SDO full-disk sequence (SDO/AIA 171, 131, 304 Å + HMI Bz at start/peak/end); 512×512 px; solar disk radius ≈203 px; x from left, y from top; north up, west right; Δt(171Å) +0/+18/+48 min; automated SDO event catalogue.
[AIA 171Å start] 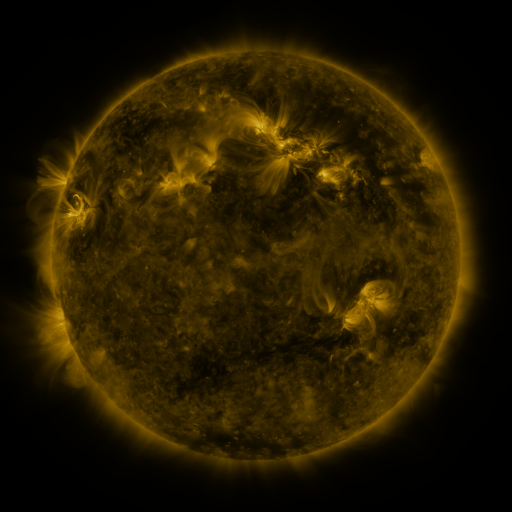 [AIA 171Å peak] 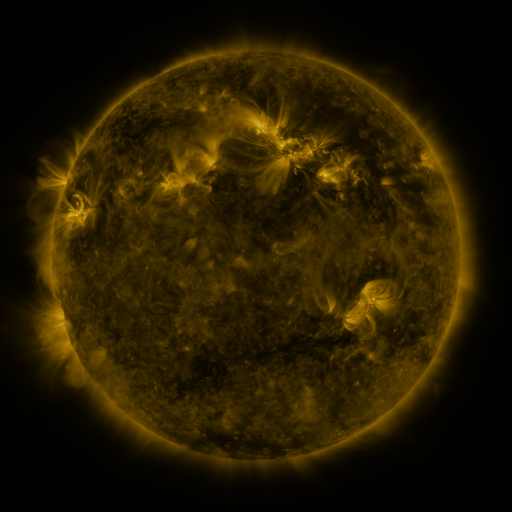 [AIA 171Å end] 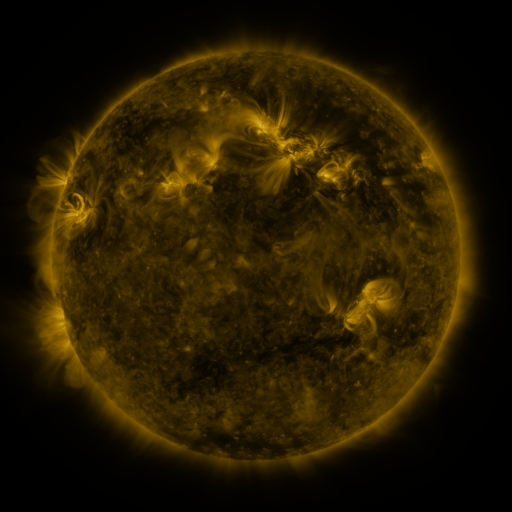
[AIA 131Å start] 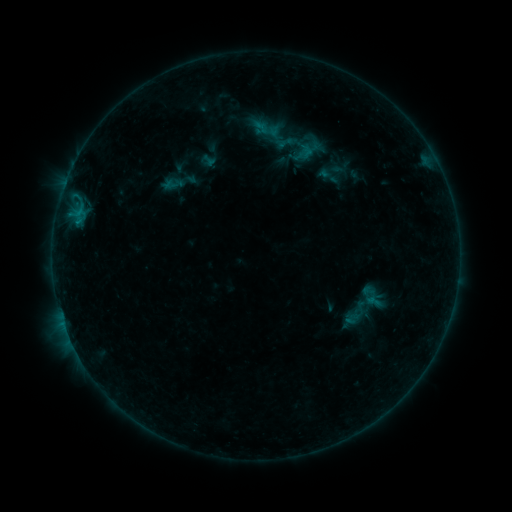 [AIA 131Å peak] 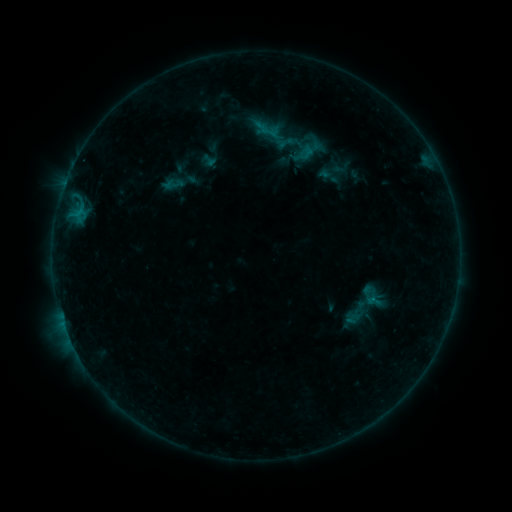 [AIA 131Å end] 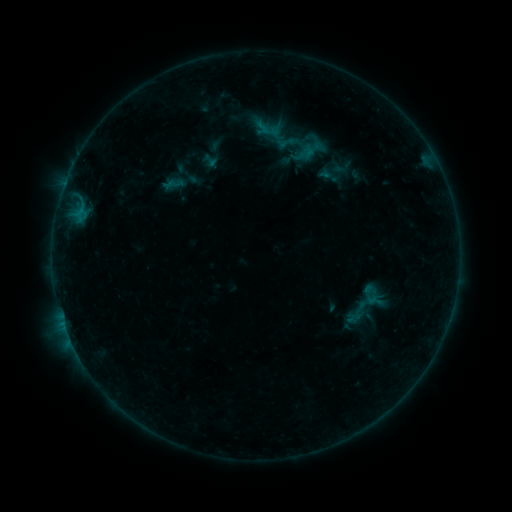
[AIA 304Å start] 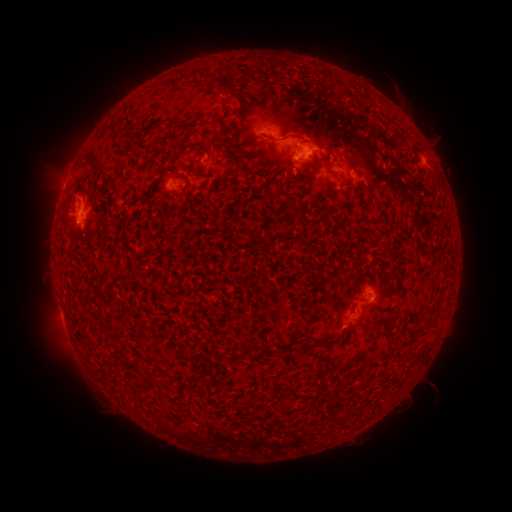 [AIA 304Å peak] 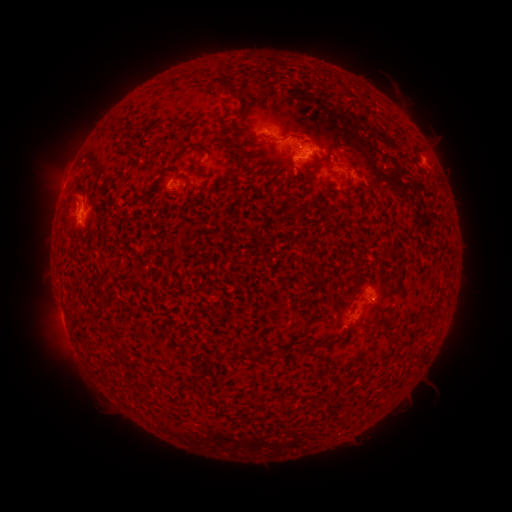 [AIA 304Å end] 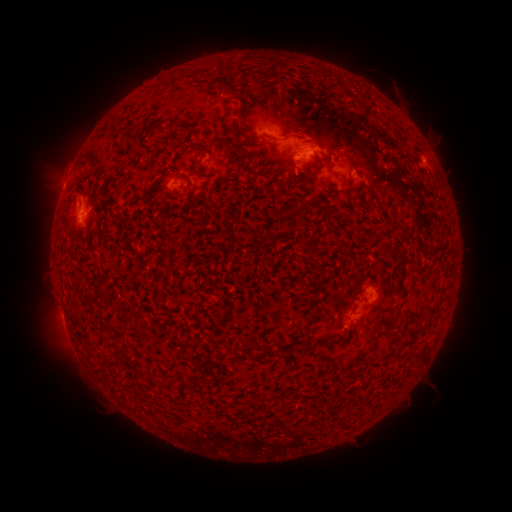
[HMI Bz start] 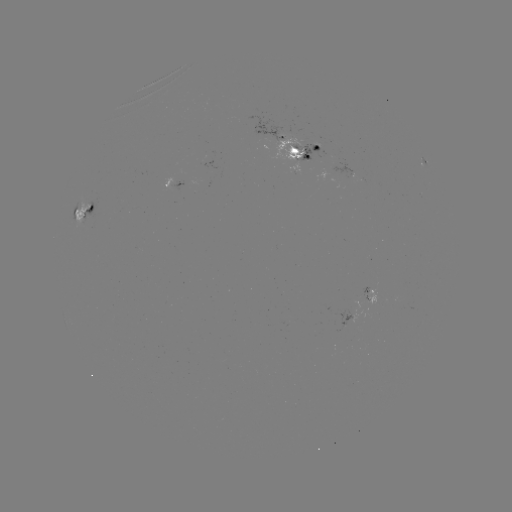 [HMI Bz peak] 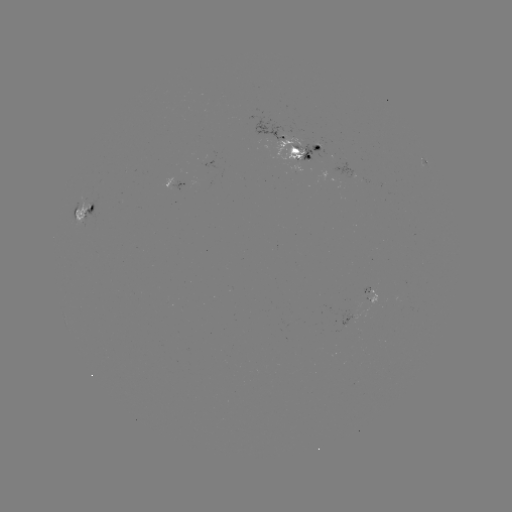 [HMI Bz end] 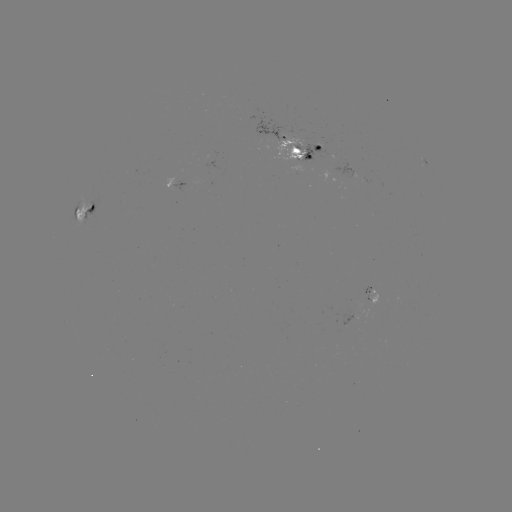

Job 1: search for emerging-flux region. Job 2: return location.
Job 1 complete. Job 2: [294, 149].